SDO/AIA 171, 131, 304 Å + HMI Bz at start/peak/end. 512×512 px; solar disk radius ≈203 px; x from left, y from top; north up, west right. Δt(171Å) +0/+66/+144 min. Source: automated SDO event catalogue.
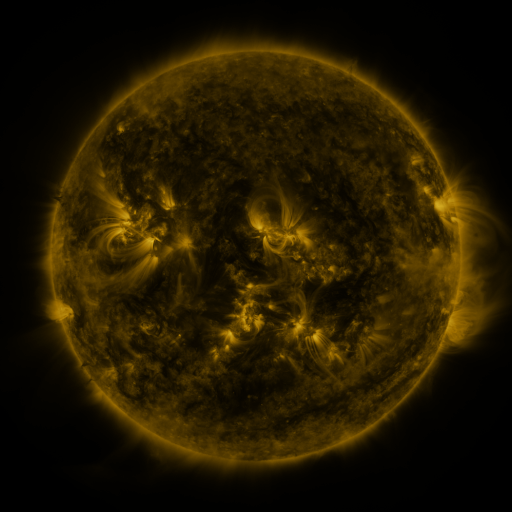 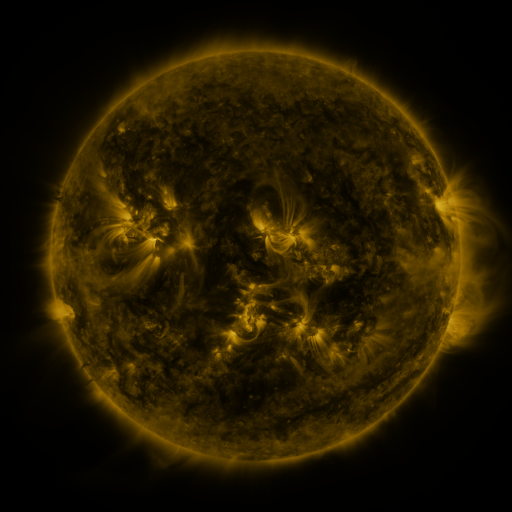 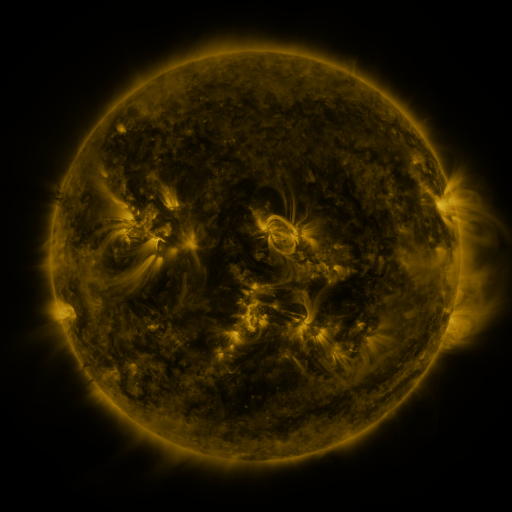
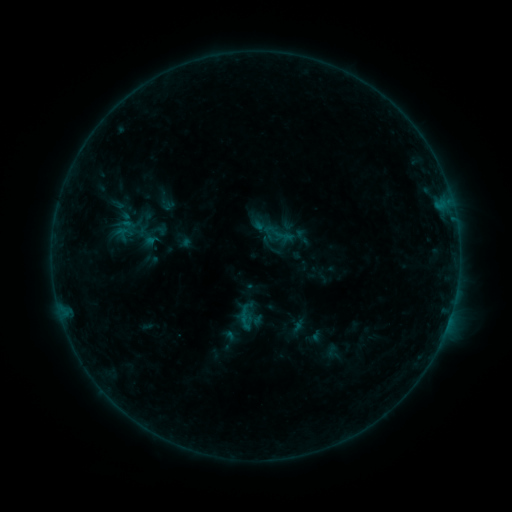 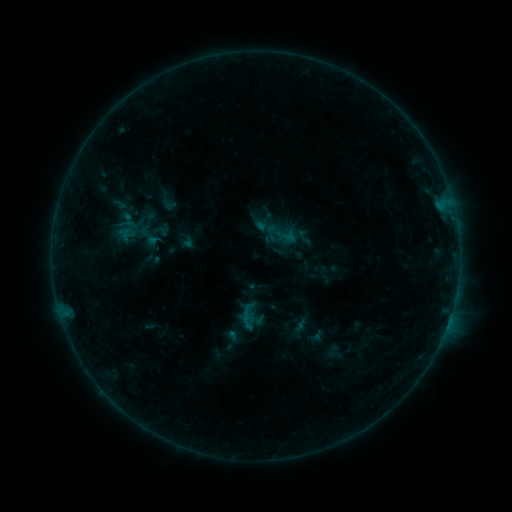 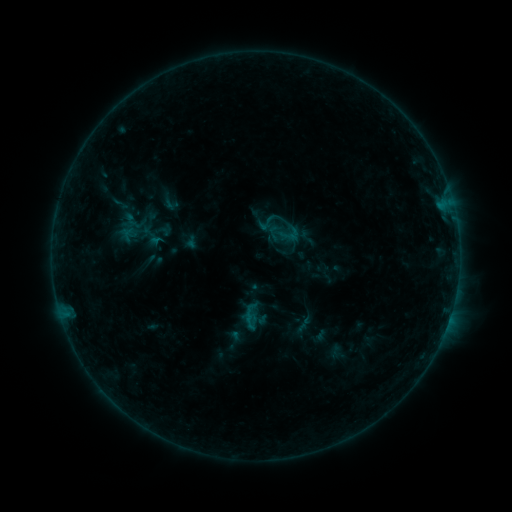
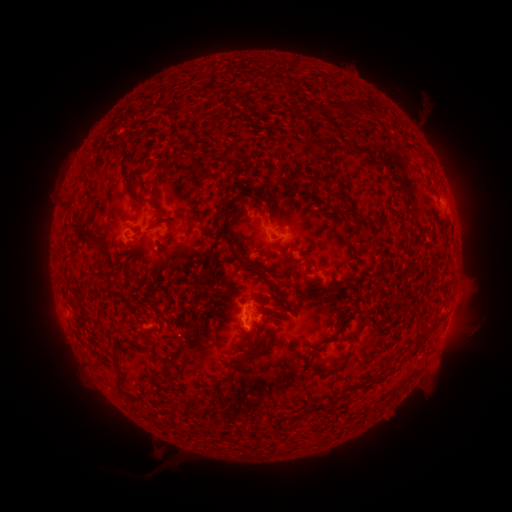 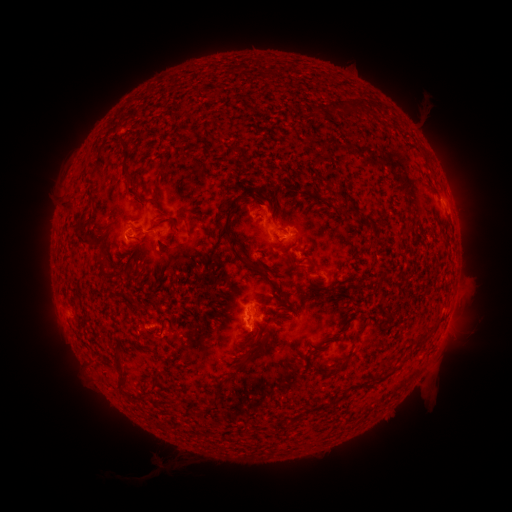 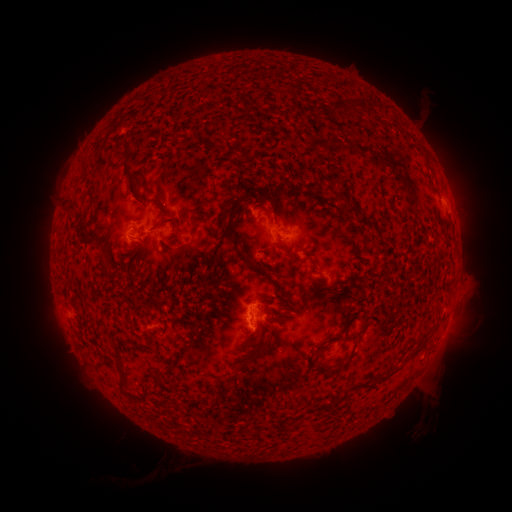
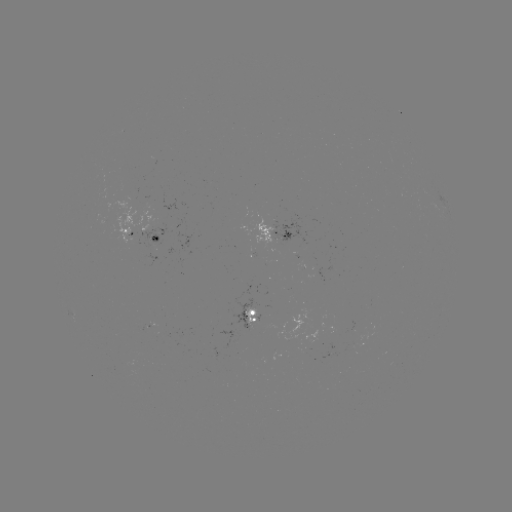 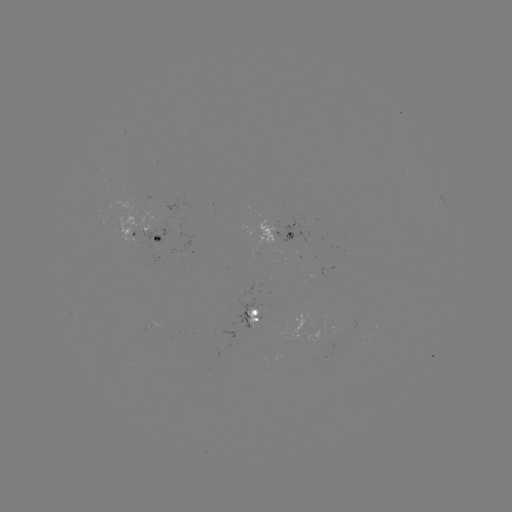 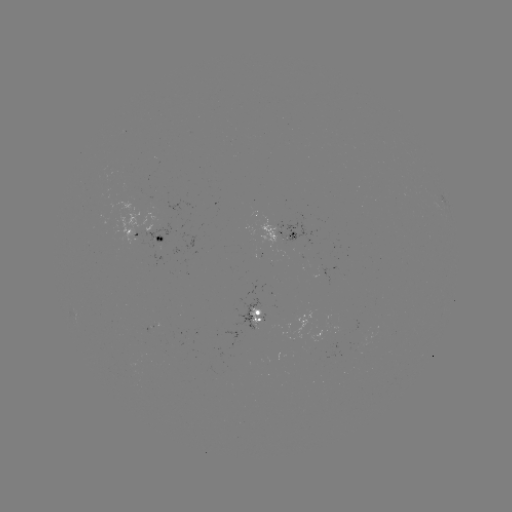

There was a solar flare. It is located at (290, 242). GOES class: B5.0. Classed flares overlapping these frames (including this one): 1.